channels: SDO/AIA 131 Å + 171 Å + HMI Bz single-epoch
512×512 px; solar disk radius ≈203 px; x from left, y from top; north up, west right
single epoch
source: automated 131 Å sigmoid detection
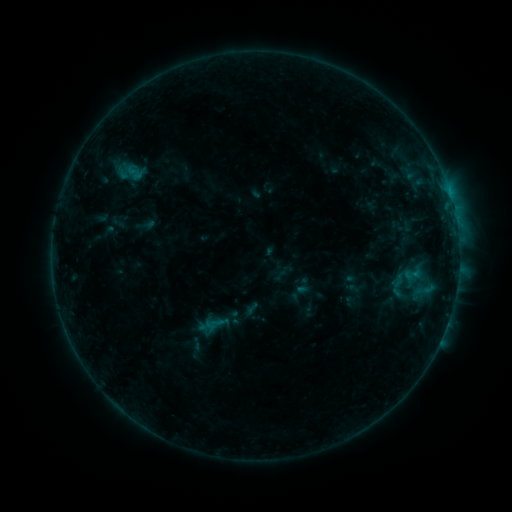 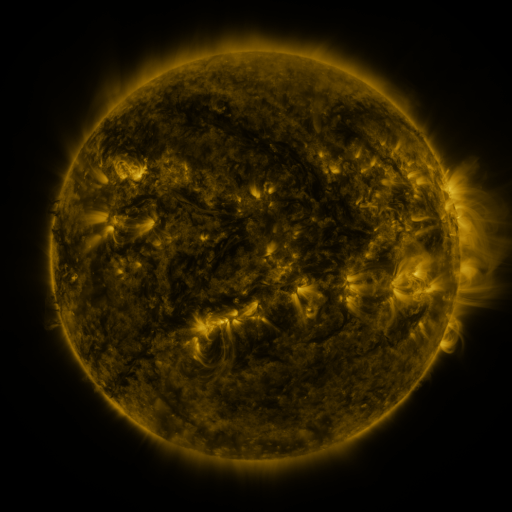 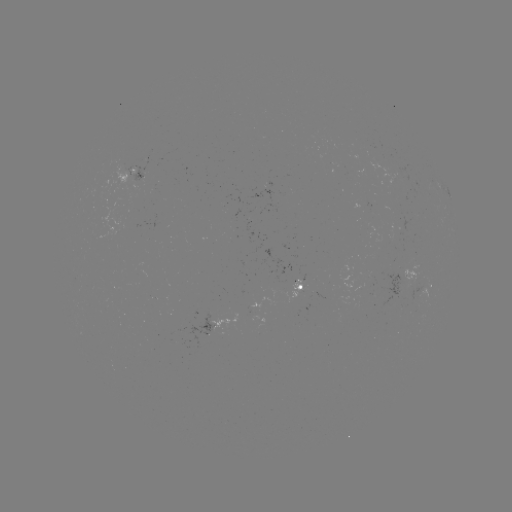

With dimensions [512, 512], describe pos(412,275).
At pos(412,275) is sigmoid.